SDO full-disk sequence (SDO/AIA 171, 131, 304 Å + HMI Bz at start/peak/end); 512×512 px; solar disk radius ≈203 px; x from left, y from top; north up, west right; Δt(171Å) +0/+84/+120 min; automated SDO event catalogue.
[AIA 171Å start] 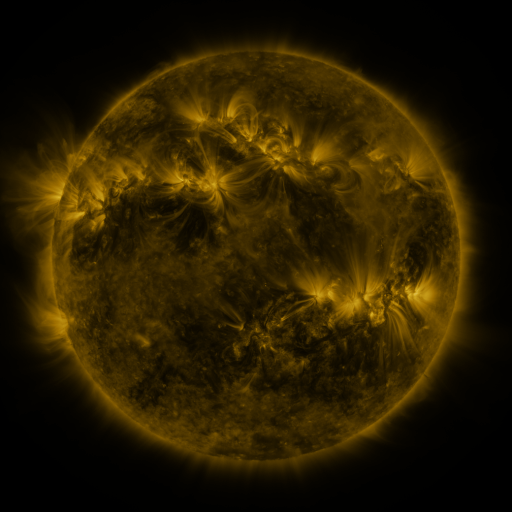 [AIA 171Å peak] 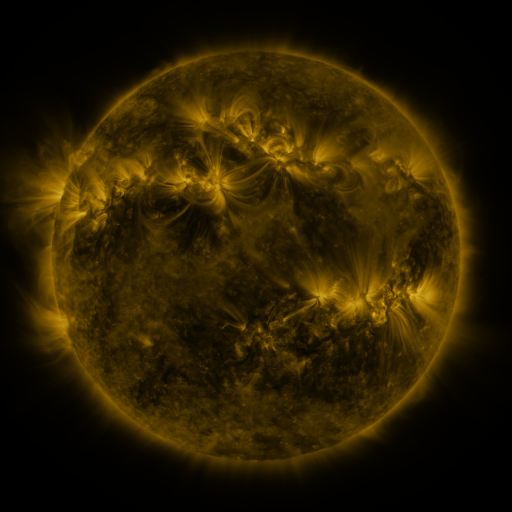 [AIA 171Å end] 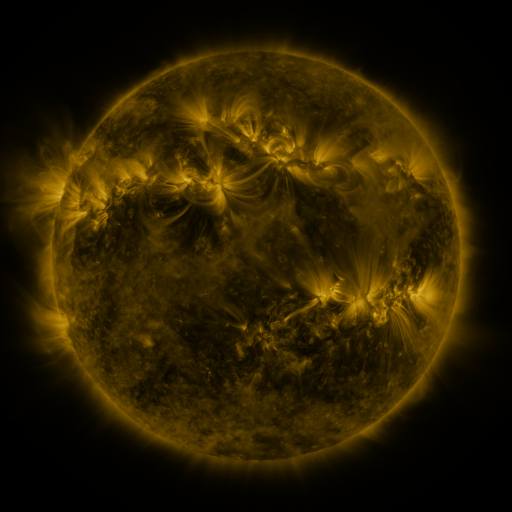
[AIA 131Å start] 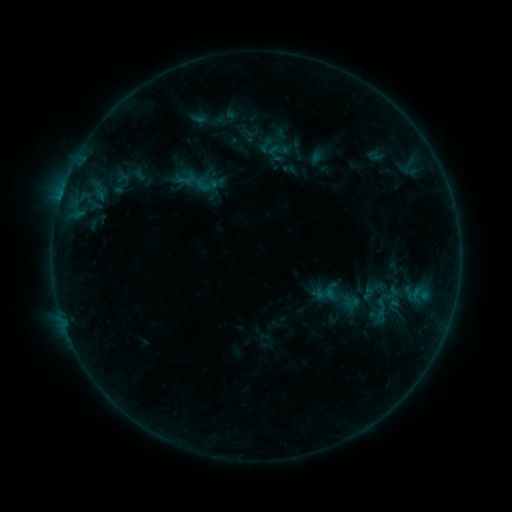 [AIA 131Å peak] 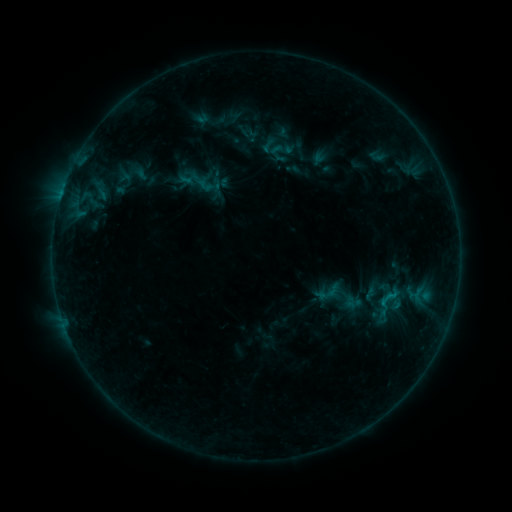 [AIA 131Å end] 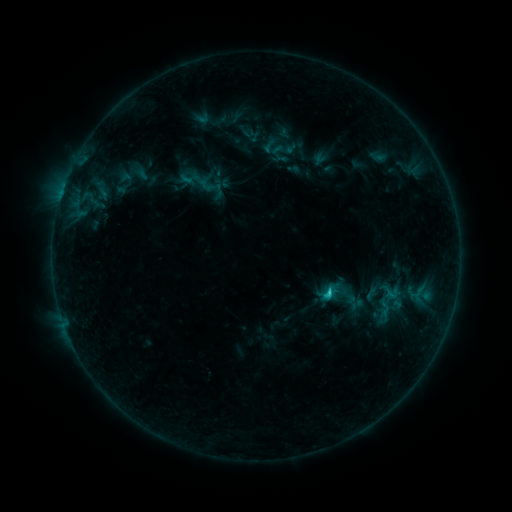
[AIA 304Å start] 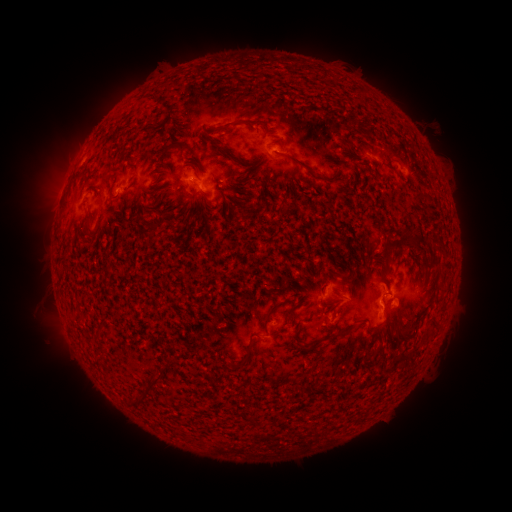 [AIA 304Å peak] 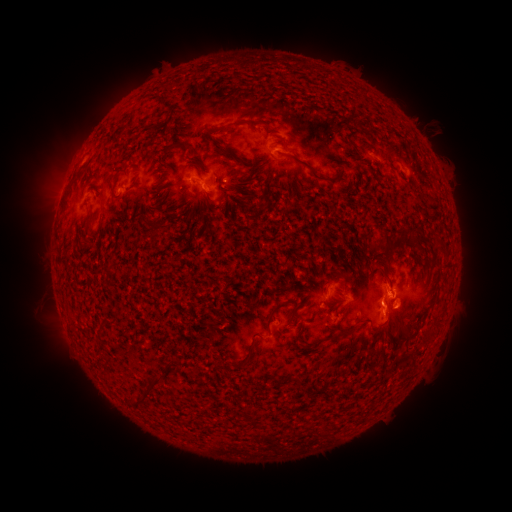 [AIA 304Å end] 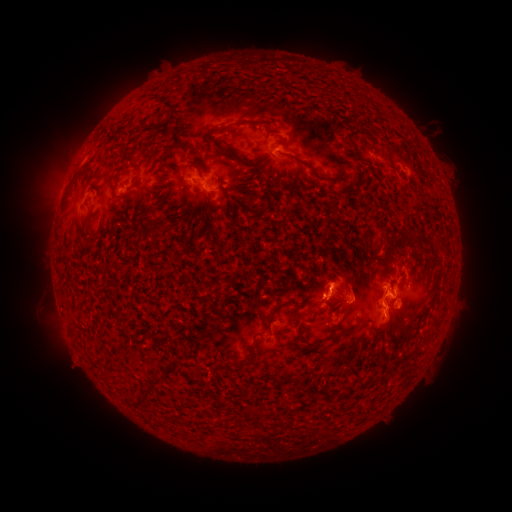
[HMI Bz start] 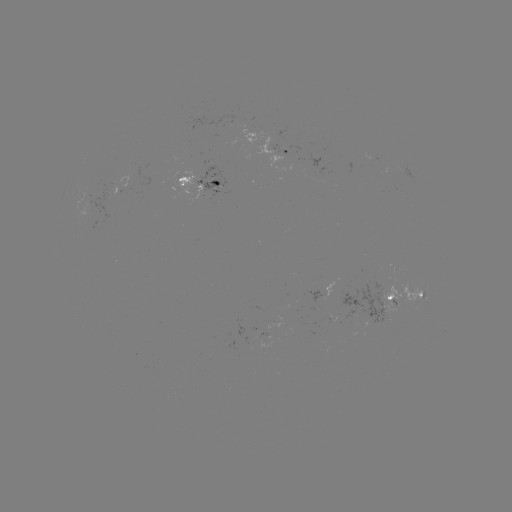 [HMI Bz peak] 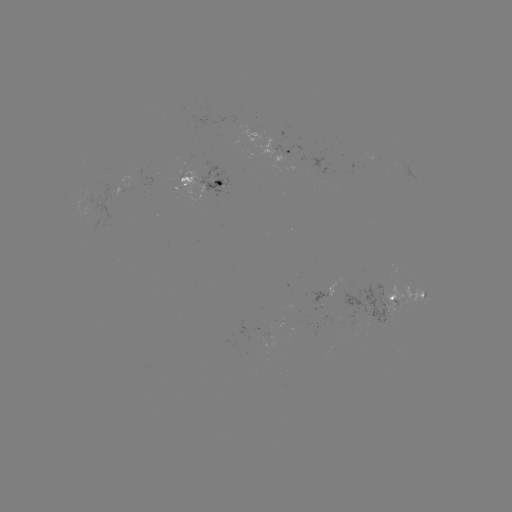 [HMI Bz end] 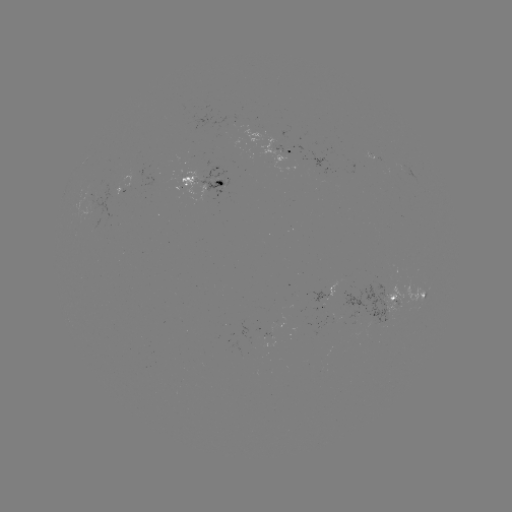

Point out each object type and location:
emerging-flux region: (381, 307)
